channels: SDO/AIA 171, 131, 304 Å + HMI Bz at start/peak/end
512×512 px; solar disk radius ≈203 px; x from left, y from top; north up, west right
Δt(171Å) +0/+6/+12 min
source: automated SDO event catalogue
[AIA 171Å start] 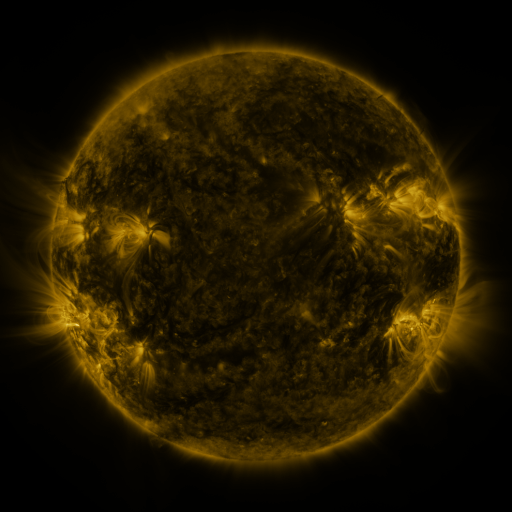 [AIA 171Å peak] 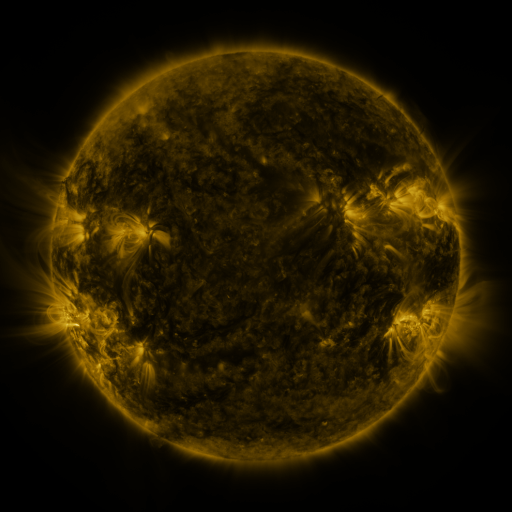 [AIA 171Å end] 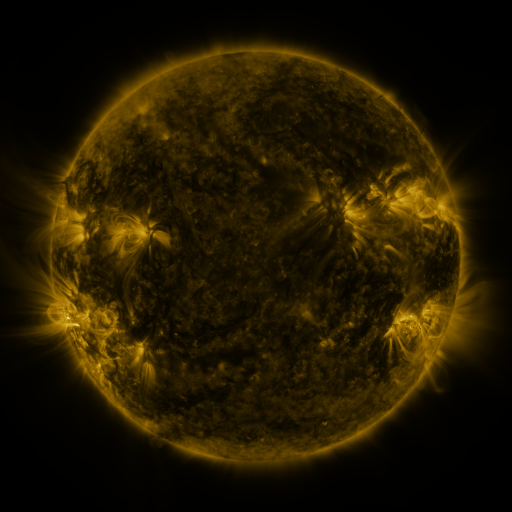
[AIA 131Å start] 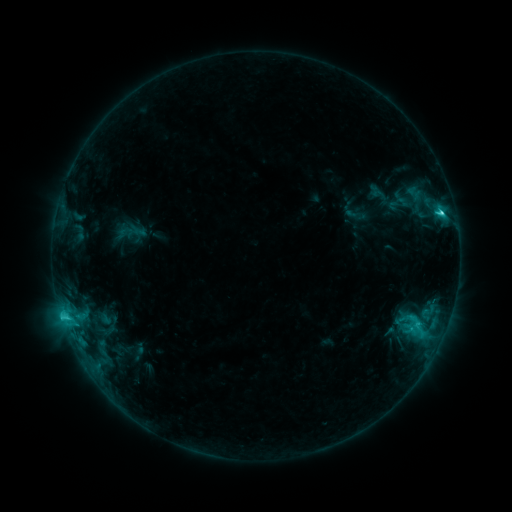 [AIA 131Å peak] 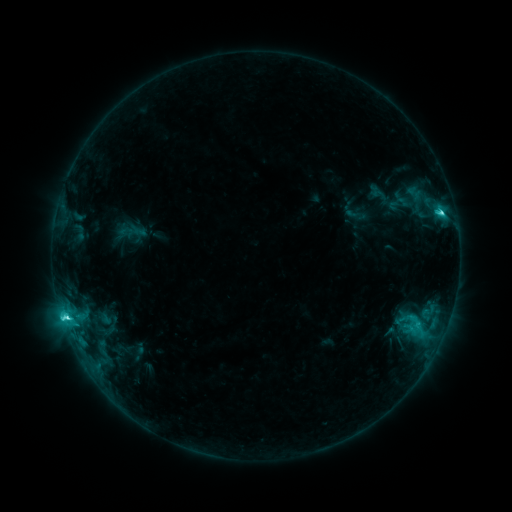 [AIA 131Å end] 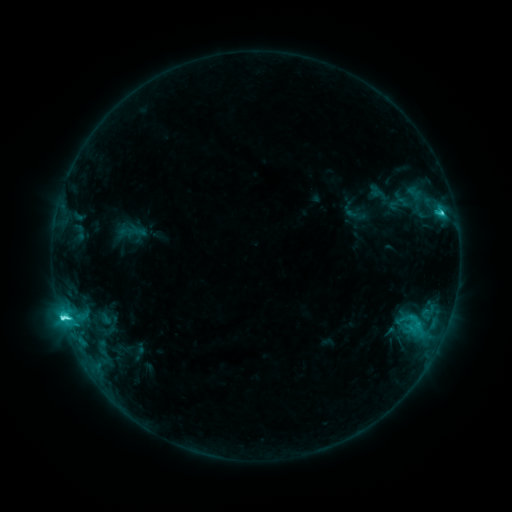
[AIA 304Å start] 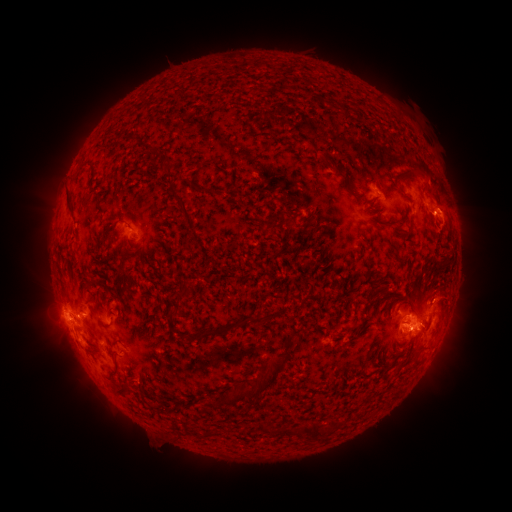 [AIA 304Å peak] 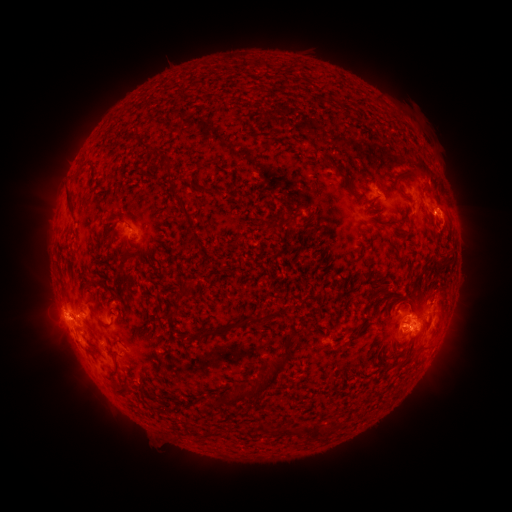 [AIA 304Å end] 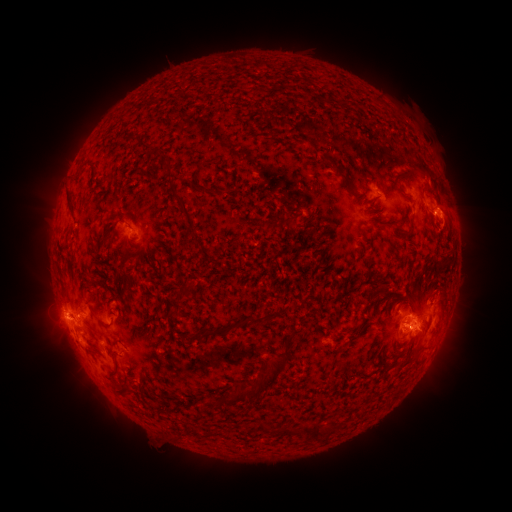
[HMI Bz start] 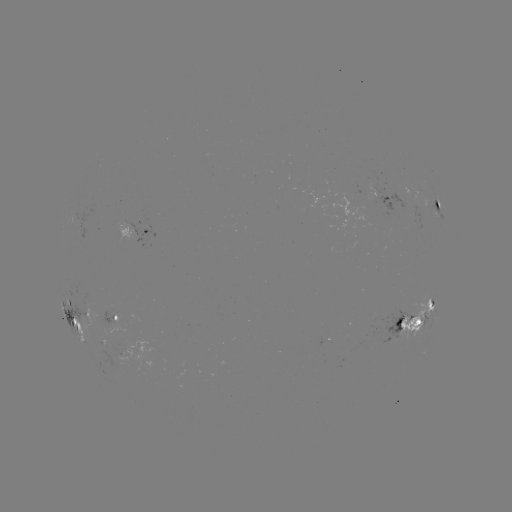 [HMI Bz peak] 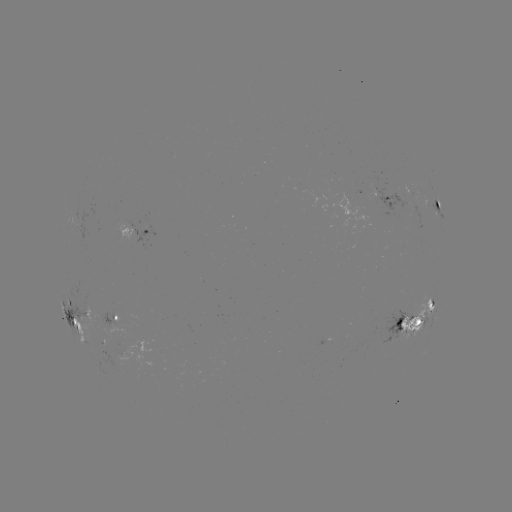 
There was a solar flare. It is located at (66, 314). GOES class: C6.7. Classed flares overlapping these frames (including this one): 1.